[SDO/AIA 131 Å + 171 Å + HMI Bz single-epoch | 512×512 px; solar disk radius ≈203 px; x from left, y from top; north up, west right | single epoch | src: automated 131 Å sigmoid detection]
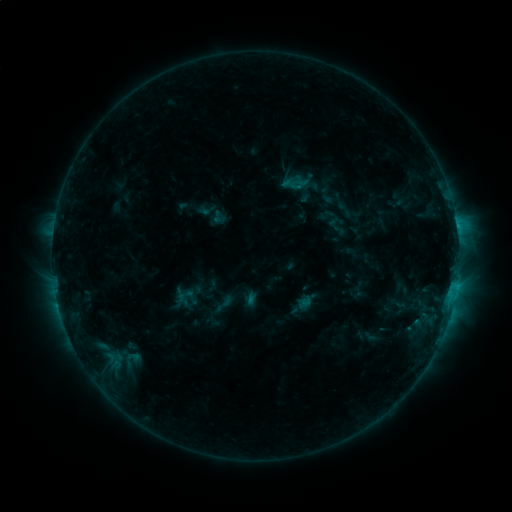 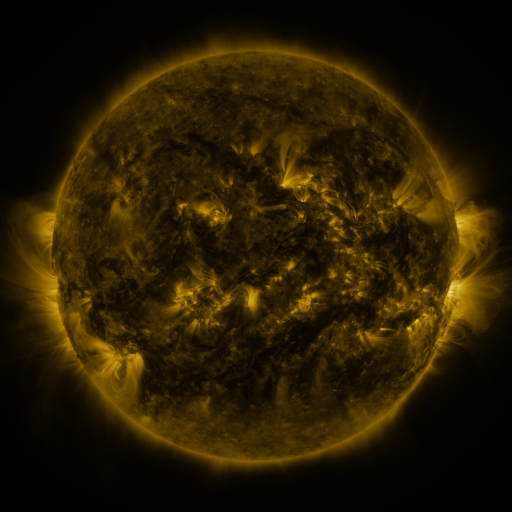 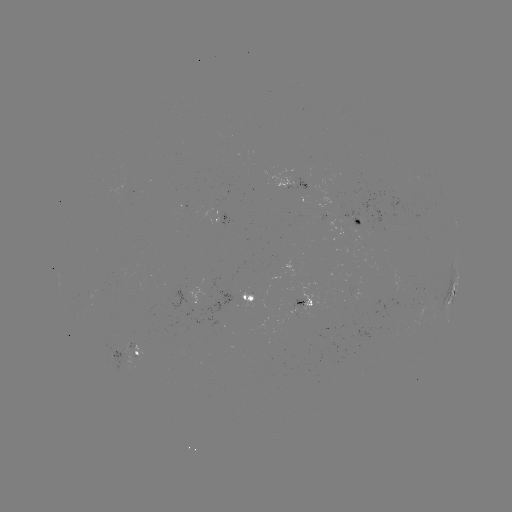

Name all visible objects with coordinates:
sigmoid: (224, 304)
